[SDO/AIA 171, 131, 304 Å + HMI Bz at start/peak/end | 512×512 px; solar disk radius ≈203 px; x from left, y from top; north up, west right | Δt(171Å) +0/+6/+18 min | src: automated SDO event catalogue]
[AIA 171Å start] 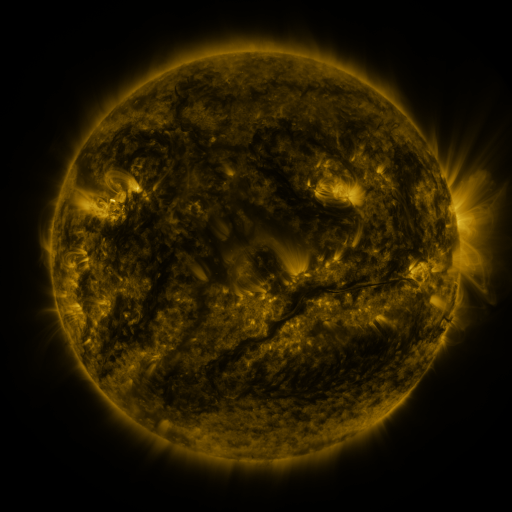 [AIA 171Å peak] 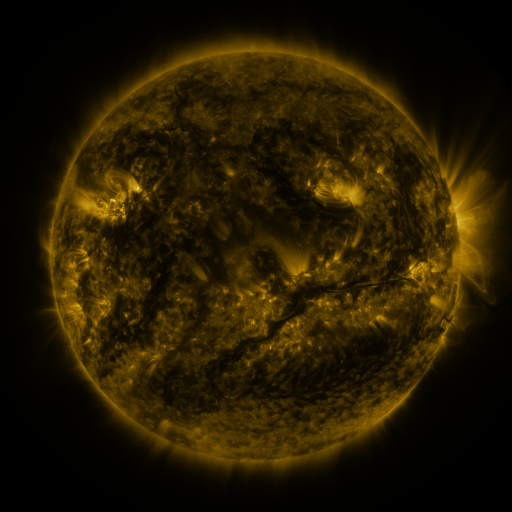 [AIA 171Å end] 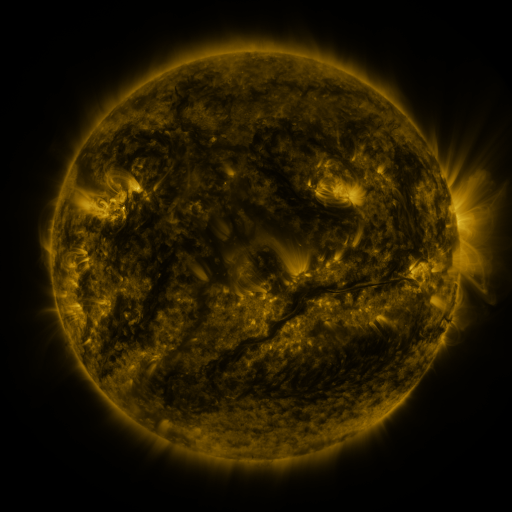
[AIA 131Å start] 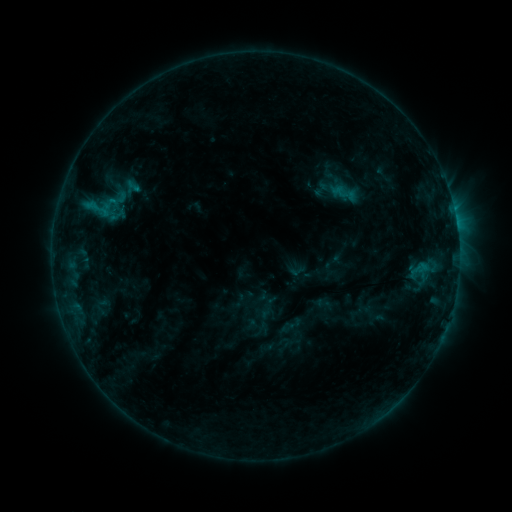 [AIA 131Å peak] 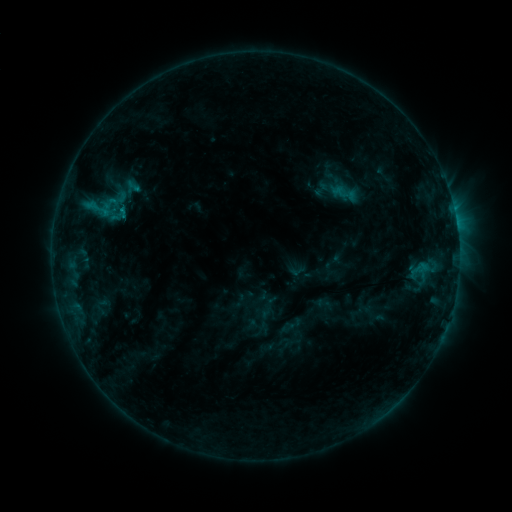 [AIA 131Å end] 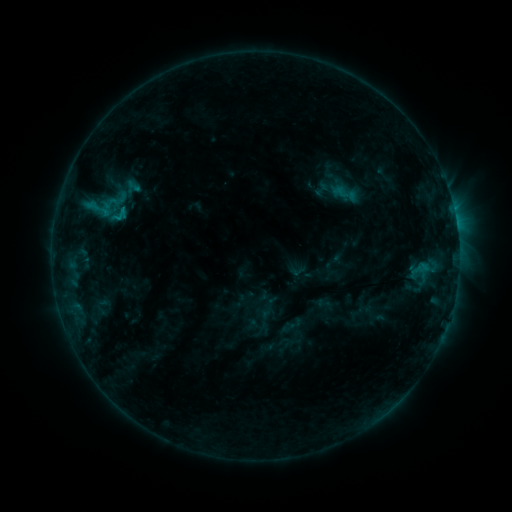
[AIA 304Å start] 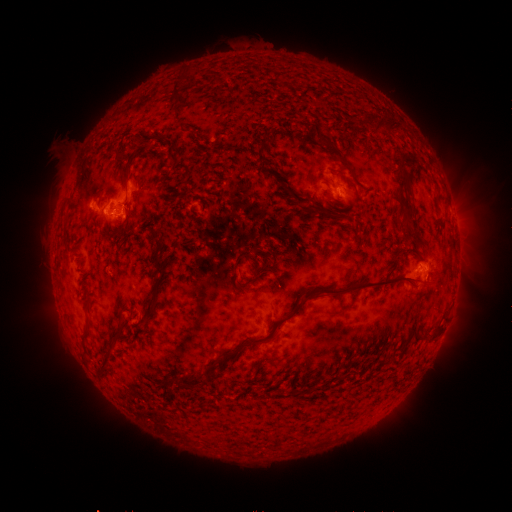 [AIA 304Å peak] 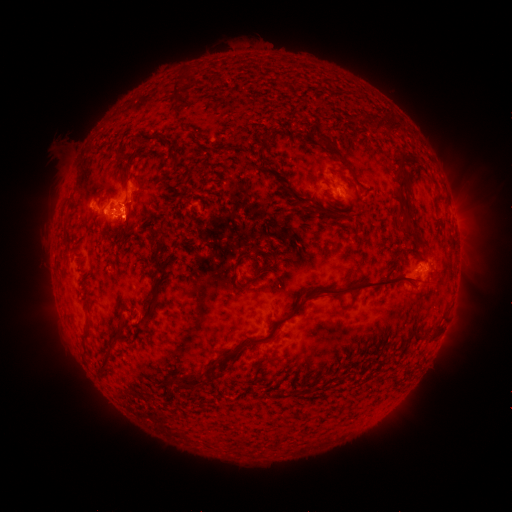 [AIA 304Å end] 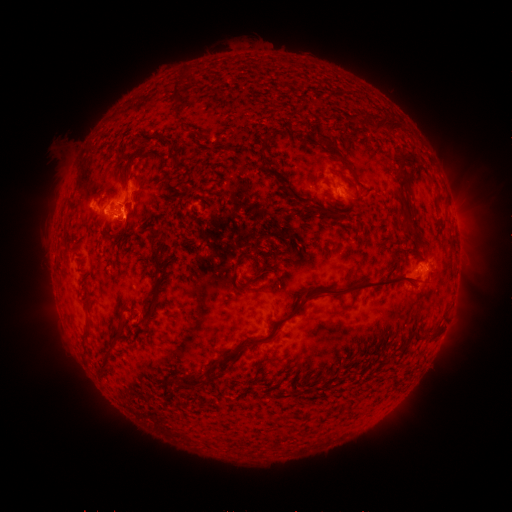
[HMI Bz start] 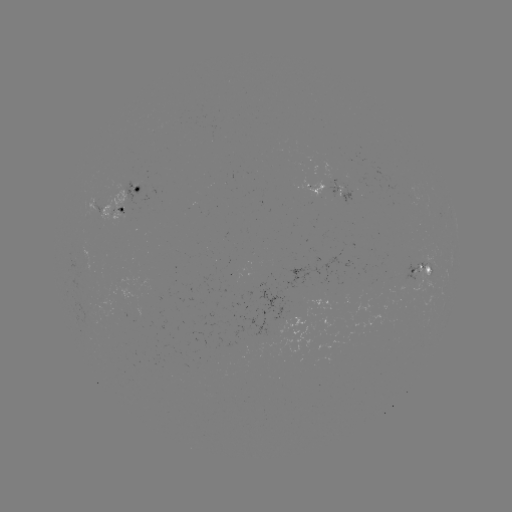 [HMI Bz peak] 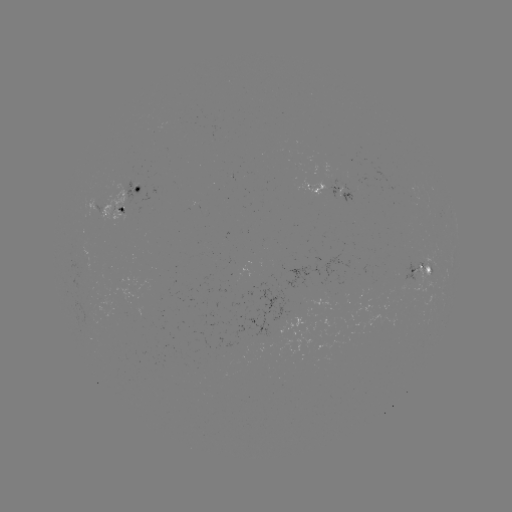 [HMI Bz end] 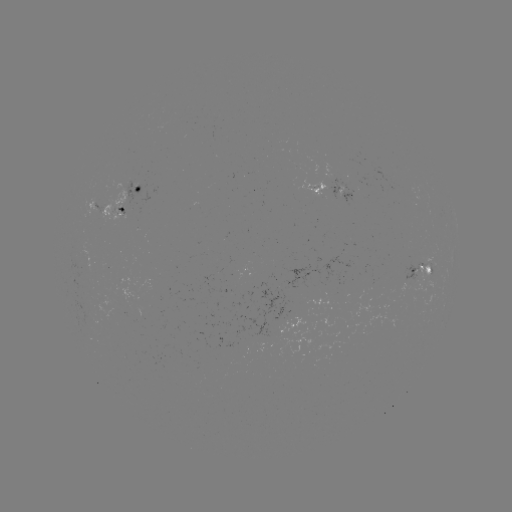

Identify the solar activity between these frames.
C1.0 flare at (123, 213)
